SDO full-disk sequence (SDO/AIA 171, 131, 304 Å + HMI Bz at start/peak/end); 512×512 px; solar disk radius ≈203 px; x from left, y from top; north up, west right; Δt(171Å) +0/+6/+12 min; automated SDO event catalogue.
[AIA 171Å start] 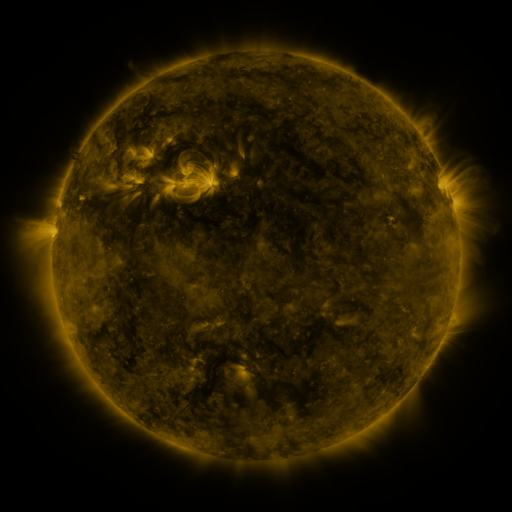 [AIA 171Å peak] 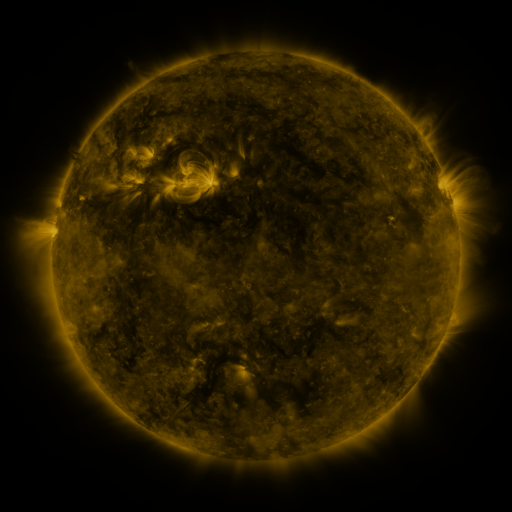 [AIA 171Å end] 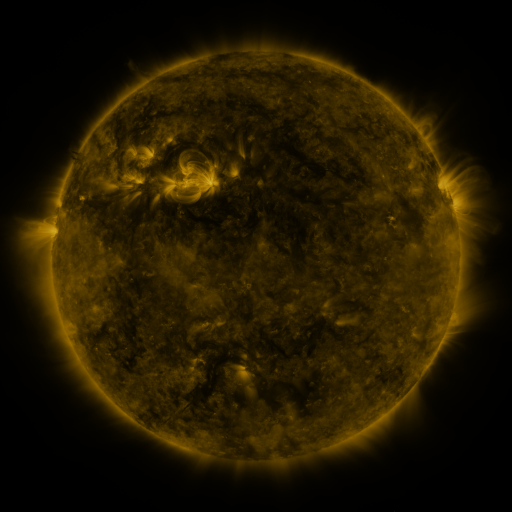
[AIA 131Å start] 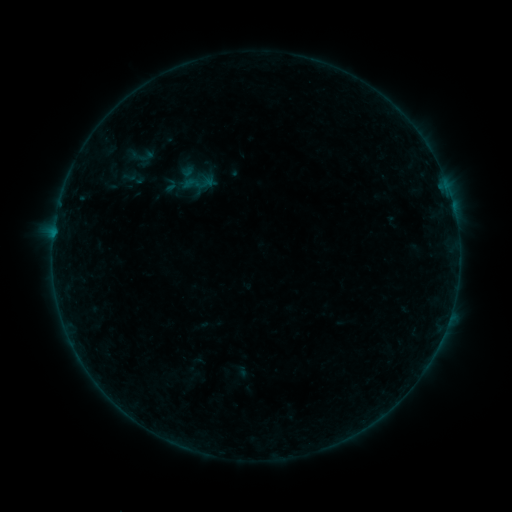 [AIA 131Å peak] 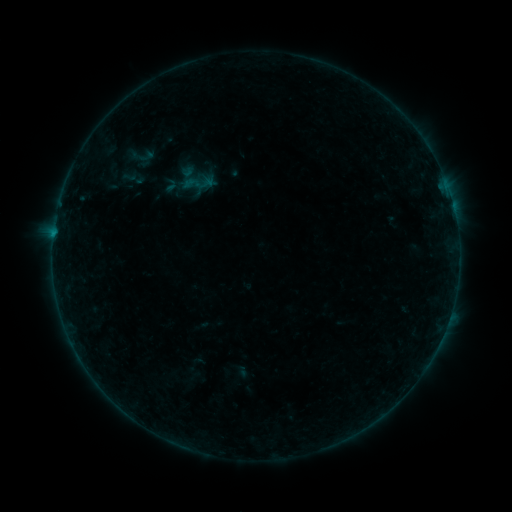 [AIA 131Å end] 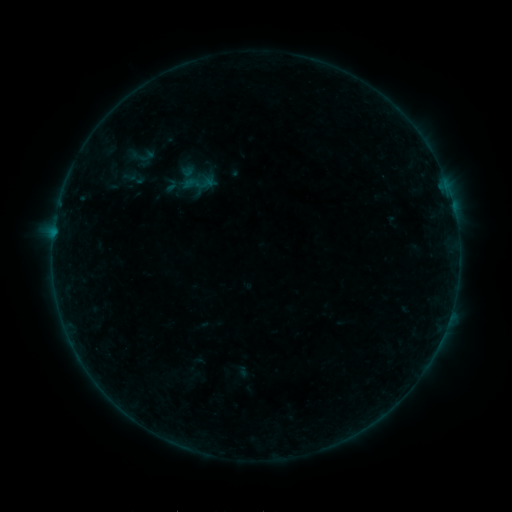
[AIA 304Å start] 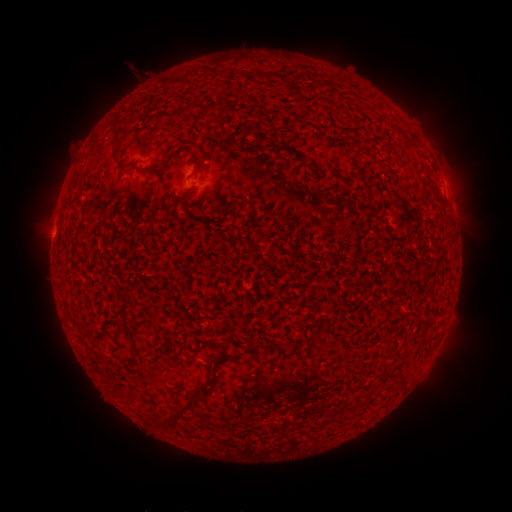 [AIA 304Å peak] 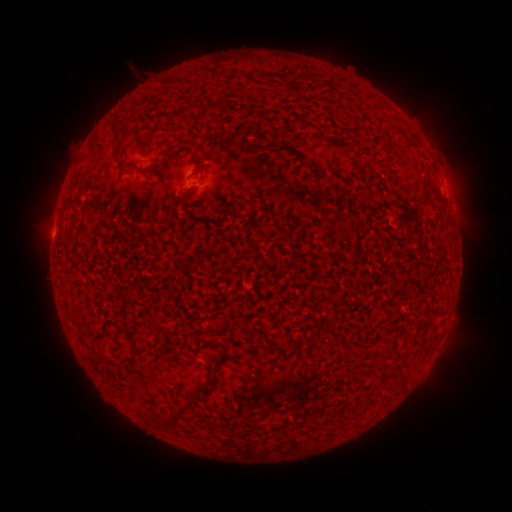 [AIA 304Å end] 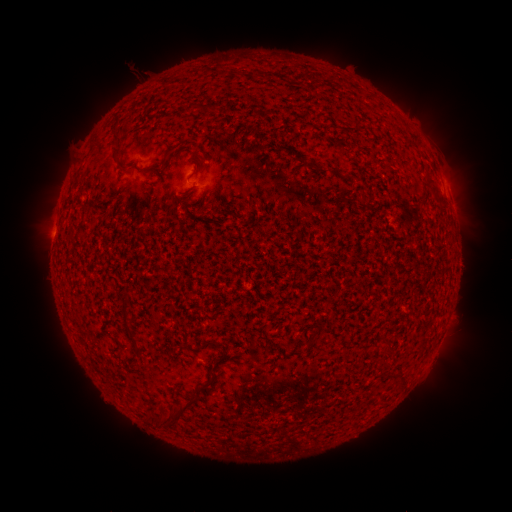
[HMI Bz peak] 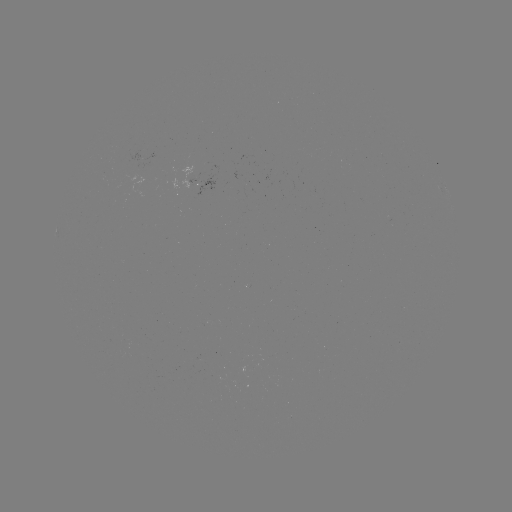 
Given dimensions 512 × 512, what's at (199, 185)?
B1.8 flare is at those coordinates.